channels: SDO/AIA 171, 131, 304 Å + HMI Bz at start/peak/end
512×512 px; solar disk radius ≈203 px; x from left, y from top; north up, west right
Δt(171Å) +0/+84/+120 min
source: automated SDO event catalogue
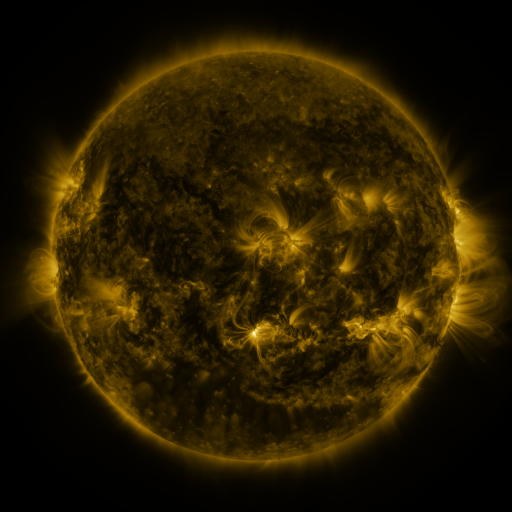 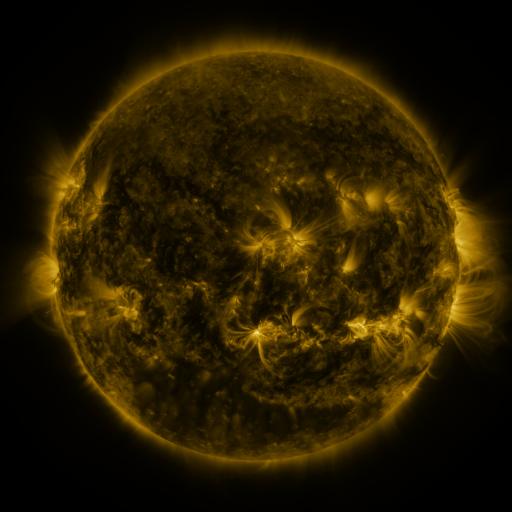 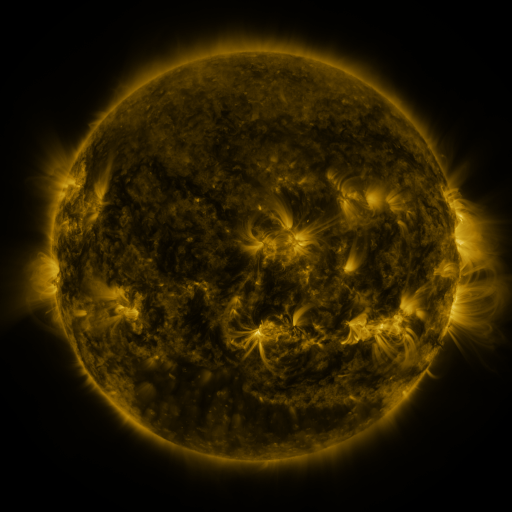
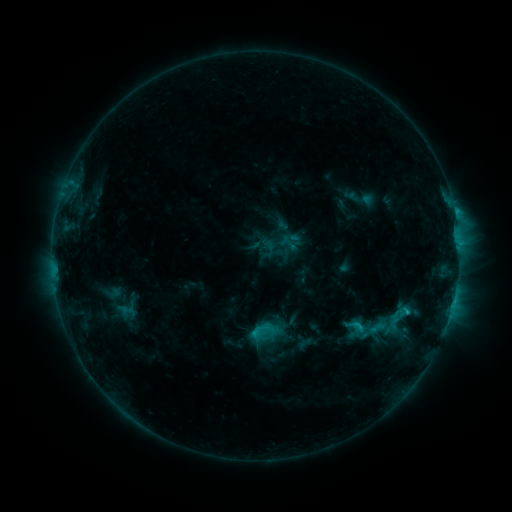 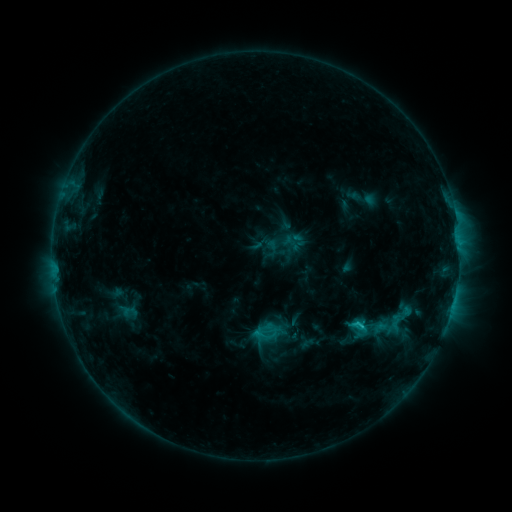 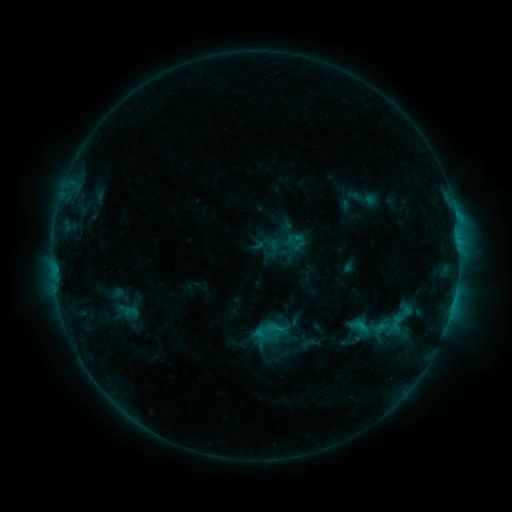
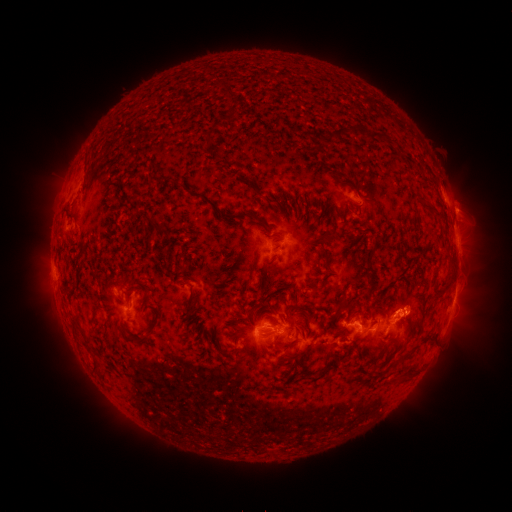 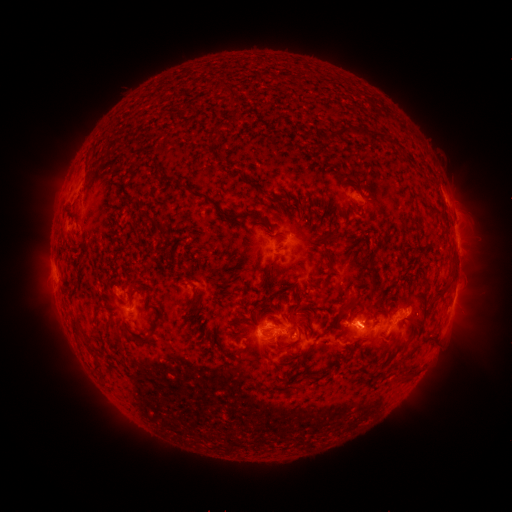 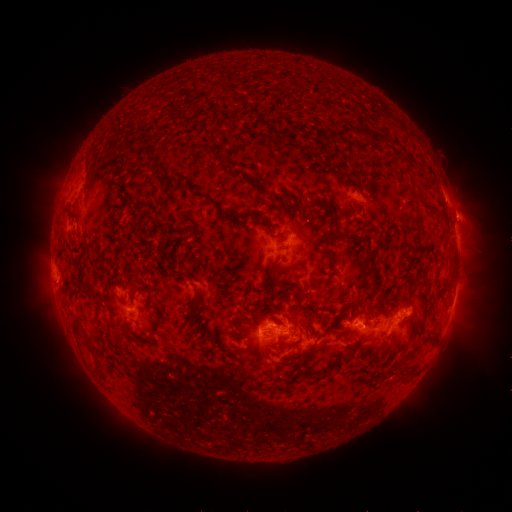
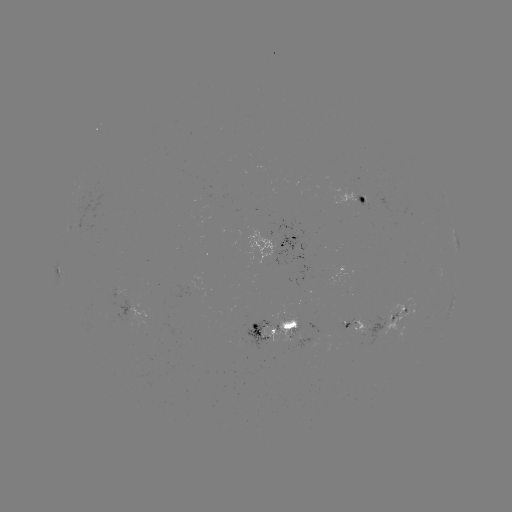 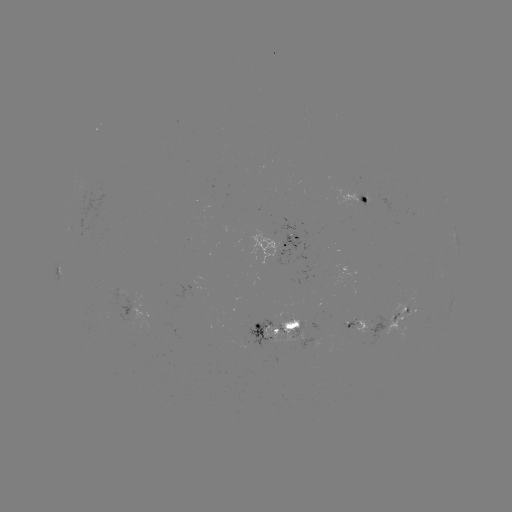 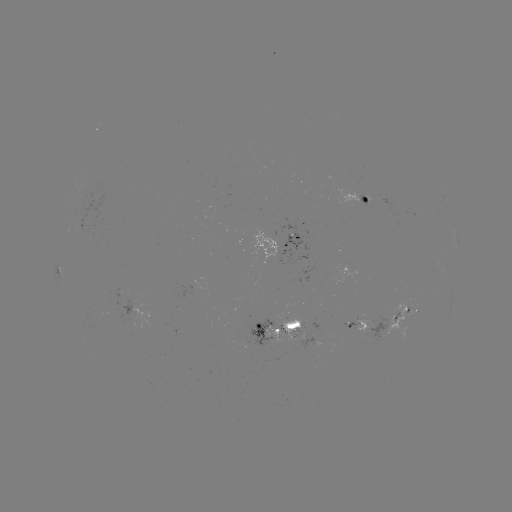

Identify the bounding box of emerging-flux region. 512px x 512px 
[263, 318, 301, 341].